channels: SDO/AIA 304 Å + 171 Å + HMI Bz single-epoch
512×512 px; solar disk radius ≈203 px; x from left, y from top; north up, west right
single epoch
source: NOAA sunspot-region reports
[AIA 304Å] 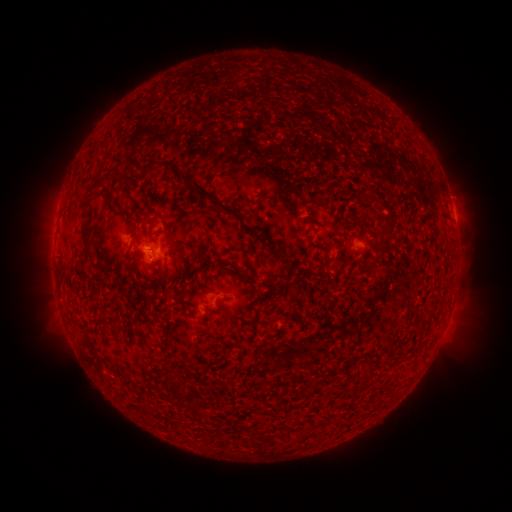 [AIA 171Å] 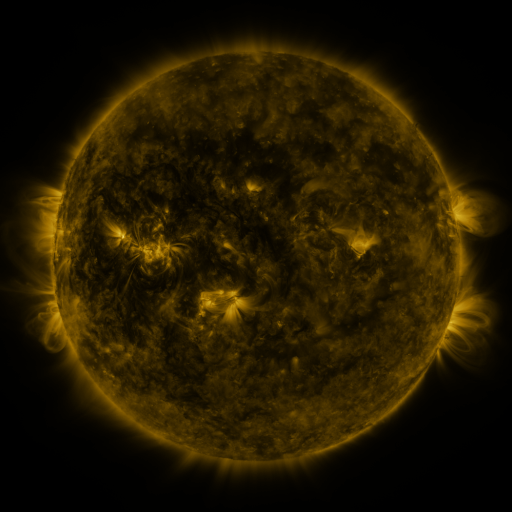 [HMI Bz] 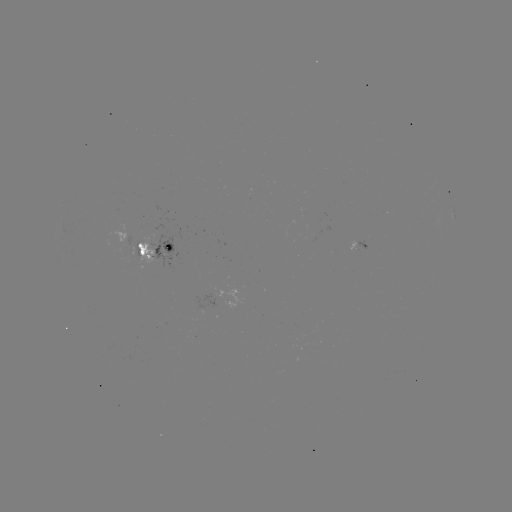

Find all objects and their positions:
spotted active region: (453, 209)
spotted active region: (151, 249)
spotted active region: (366, 259)
